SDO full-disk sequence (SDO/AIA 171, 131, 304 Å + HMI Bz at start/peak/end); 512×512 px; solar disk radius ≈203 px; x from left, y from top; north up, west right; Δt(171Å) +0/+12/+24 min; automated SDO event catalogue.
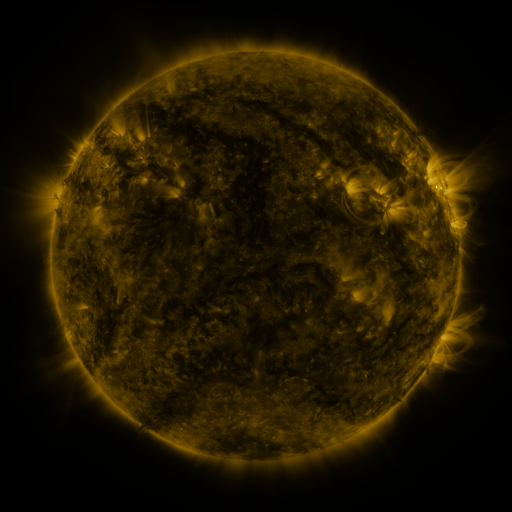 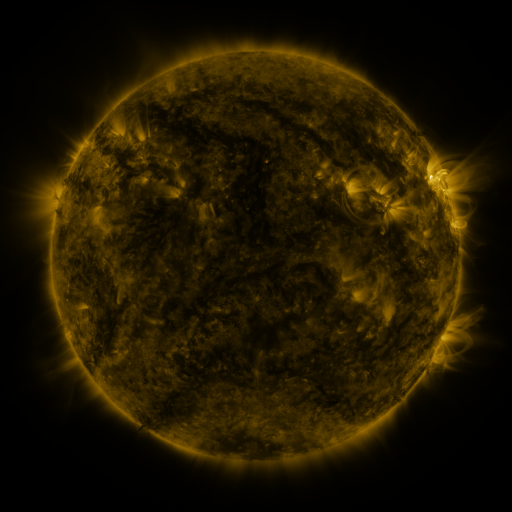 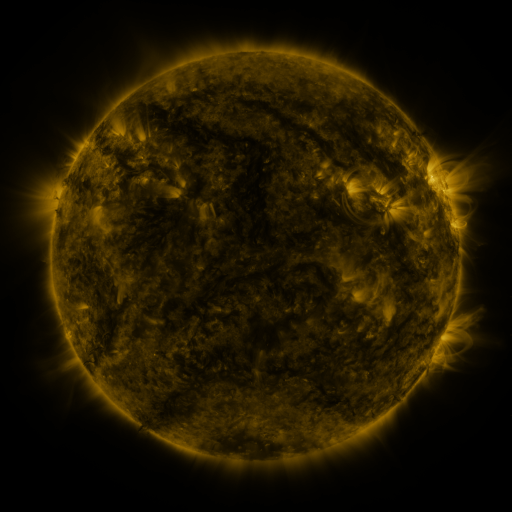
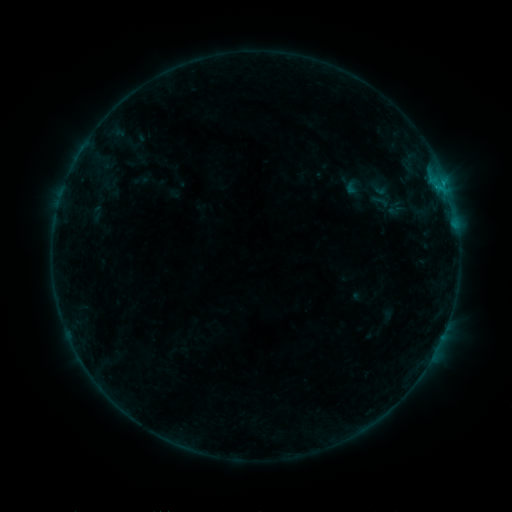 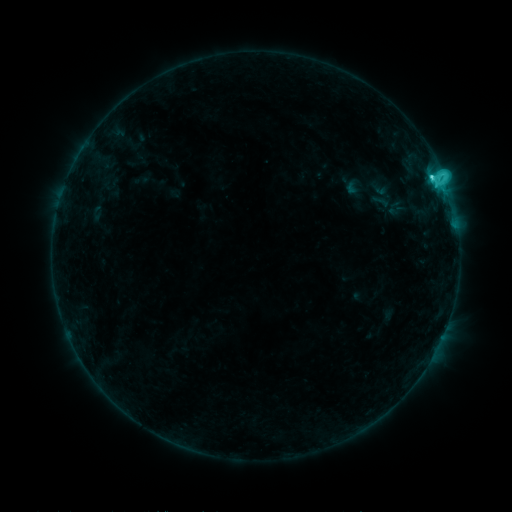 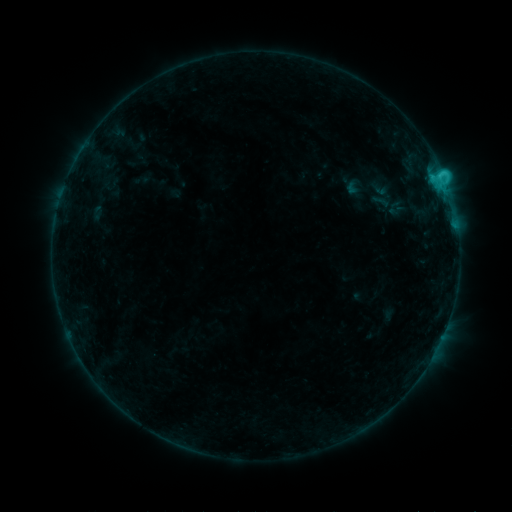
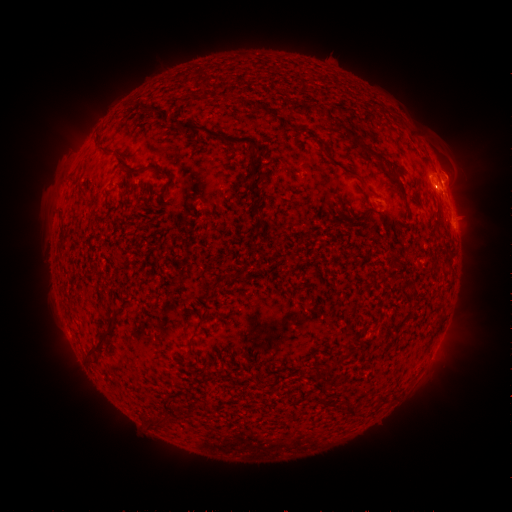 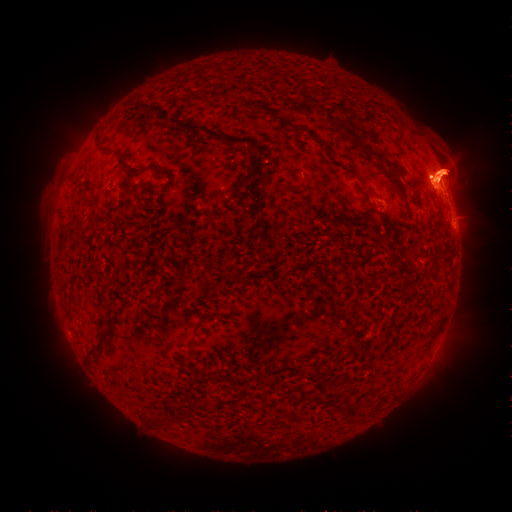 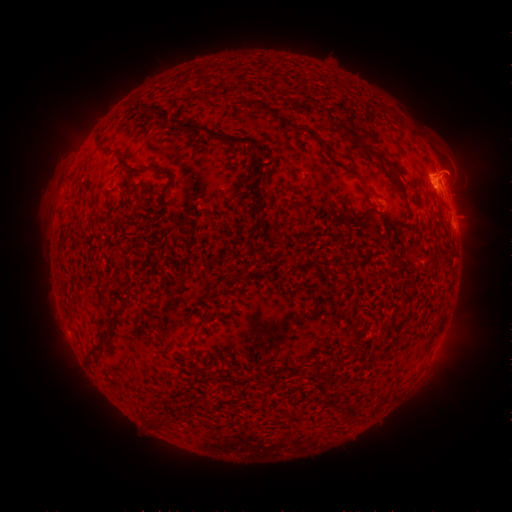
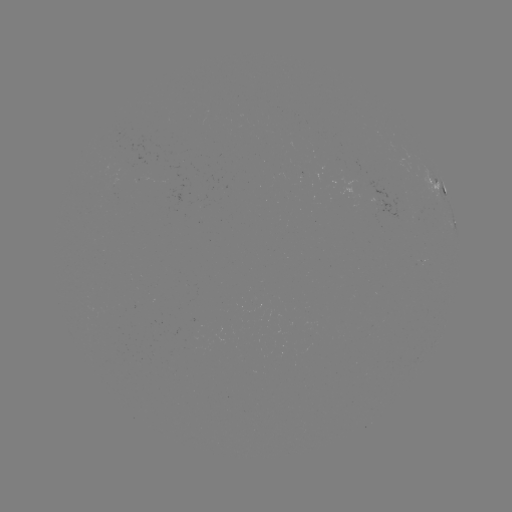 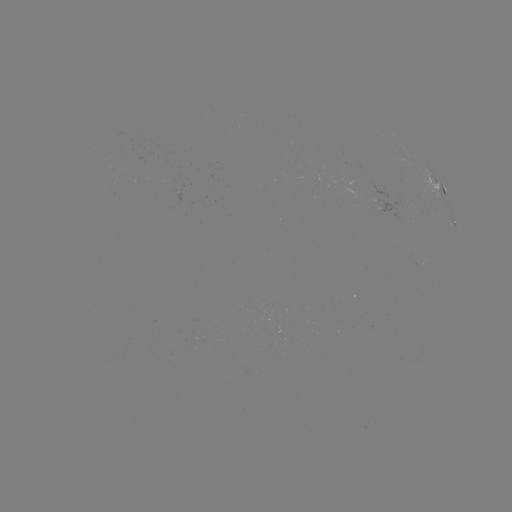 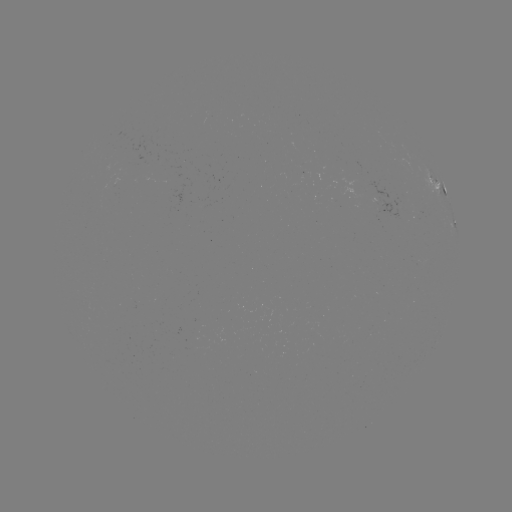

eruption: <bbox>335, 71, 511, 281</bbox>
